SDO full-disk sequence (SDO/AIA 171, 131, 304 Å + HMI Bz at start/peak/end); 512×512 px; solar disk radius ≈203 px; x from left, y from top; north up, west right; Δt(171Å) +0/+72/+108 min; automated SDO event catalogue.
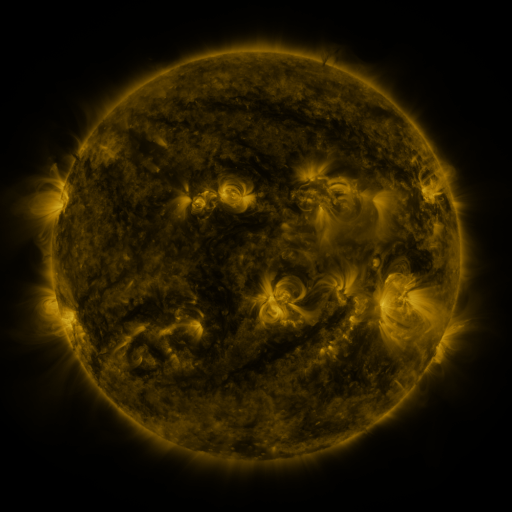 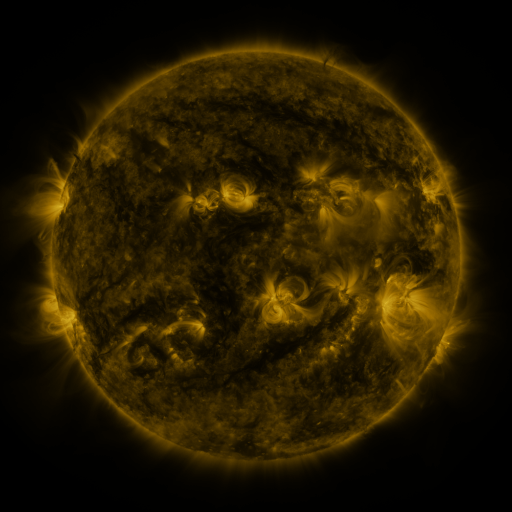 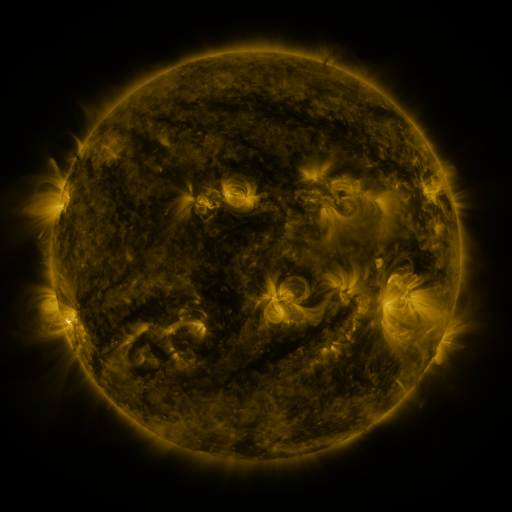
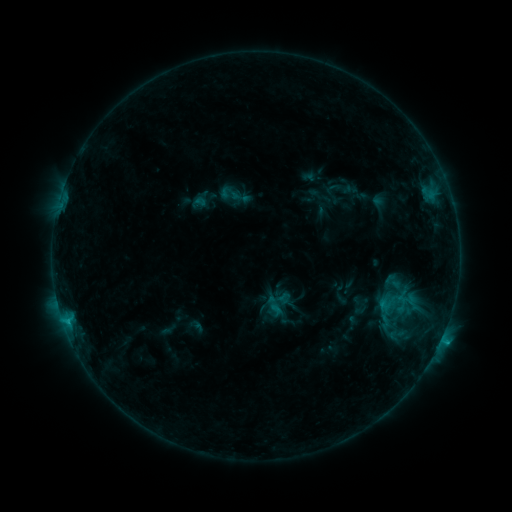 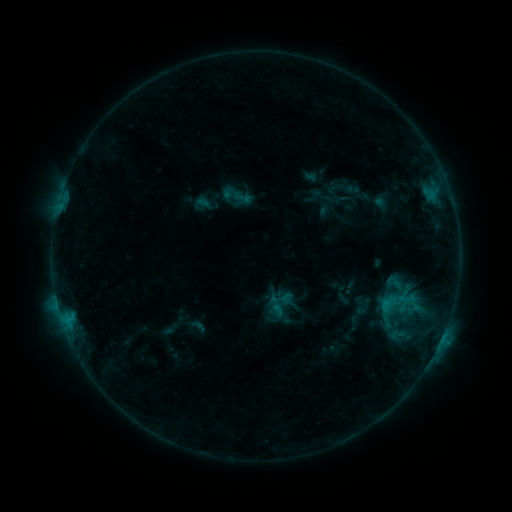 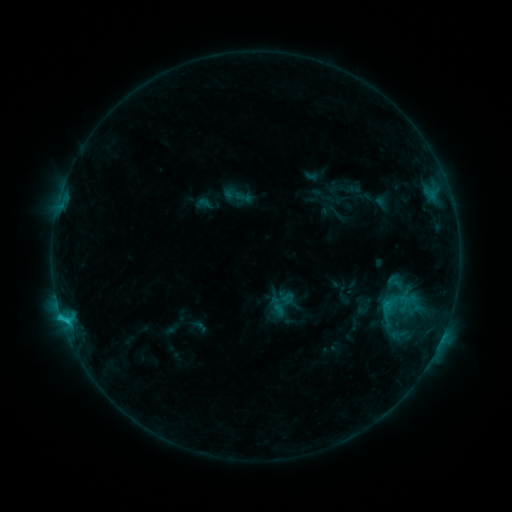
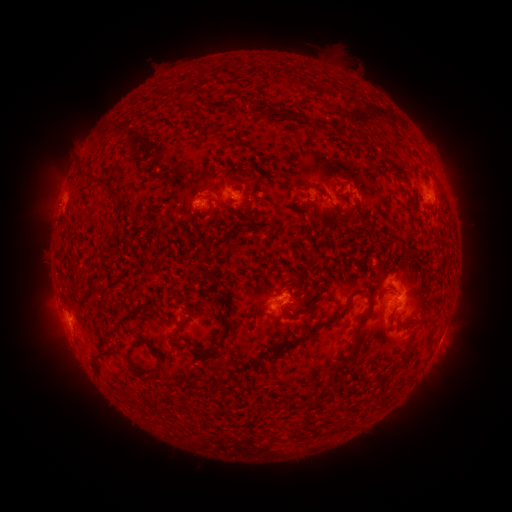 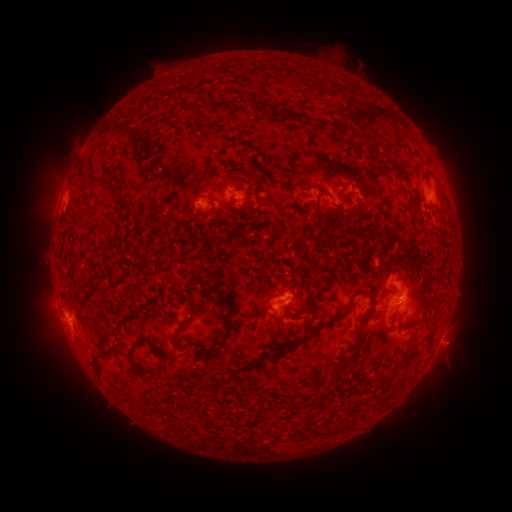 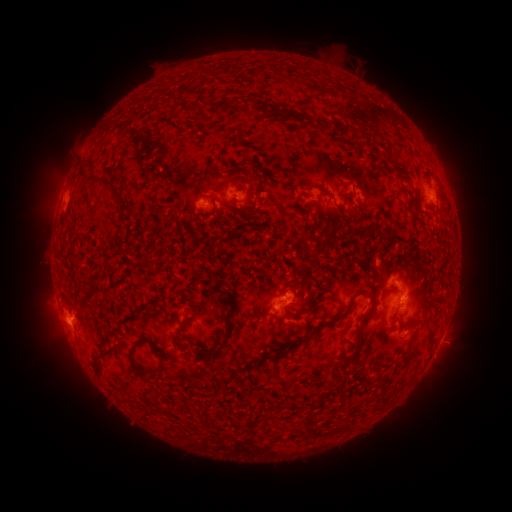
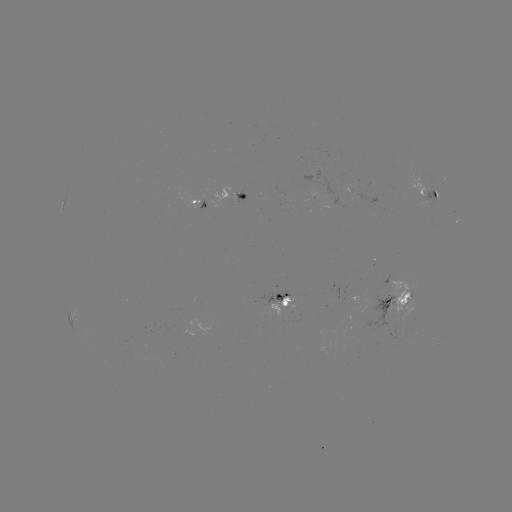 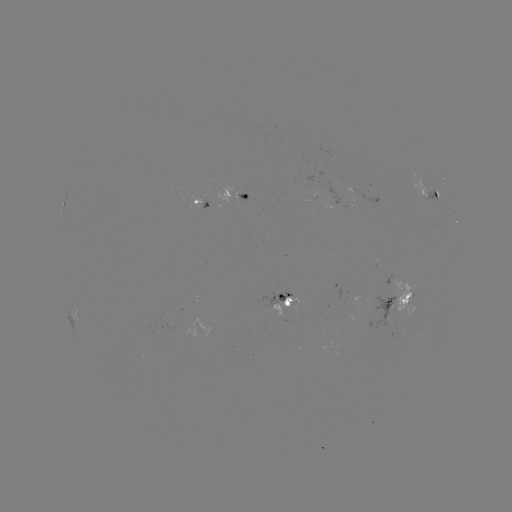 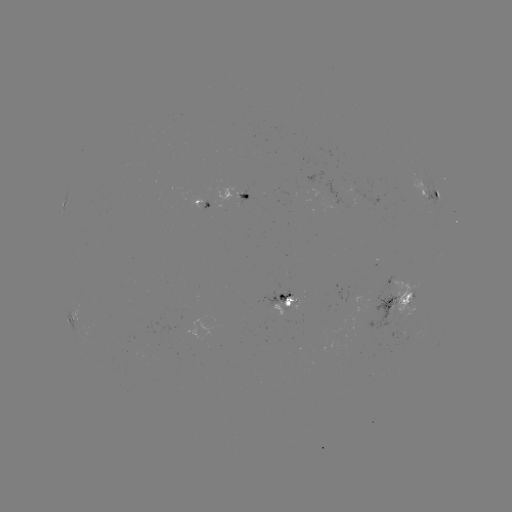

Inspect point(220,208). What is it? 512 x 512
emerging-flux region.